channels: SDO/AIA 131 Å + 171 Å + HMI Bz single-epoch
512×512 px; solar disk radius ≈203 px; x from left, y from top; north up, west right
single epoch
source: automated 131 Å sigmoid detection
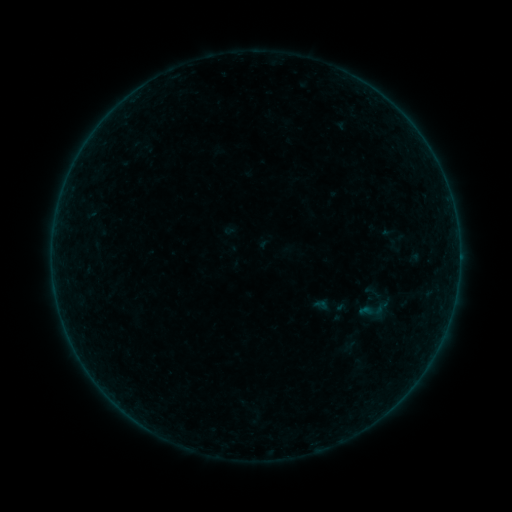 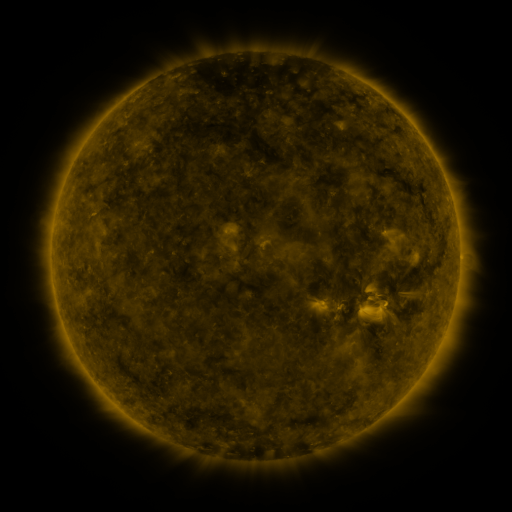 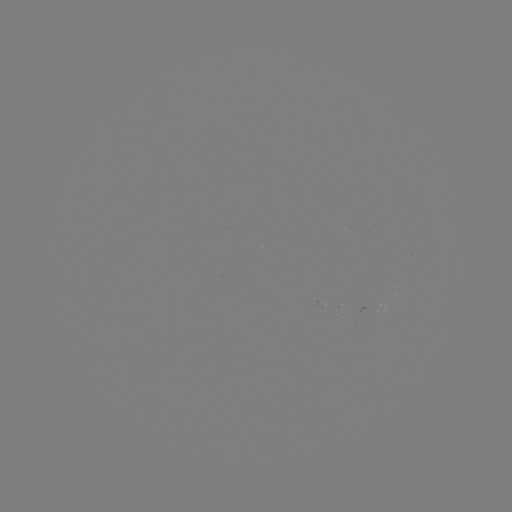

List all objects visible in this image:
sigmoid: <bbox>359, 297, 387, 325</bbox>
